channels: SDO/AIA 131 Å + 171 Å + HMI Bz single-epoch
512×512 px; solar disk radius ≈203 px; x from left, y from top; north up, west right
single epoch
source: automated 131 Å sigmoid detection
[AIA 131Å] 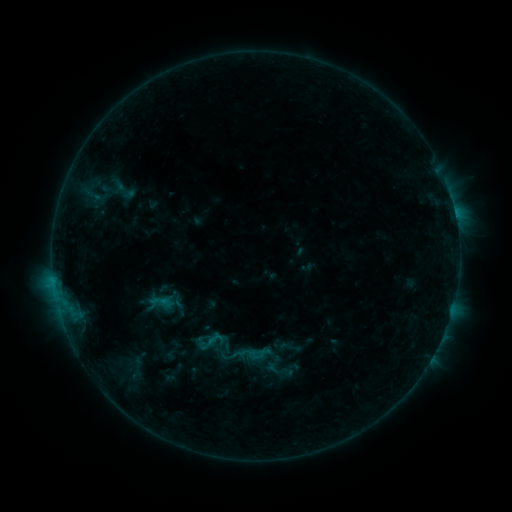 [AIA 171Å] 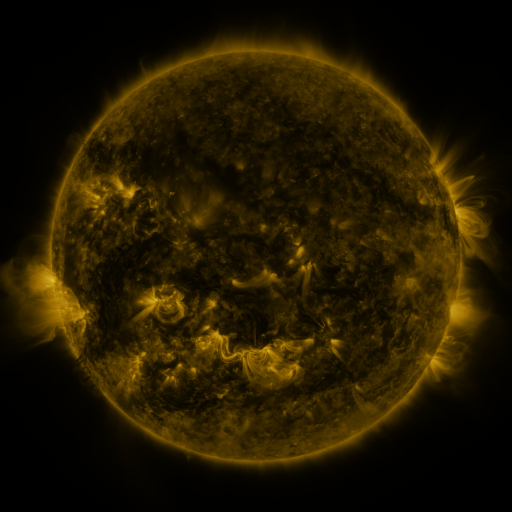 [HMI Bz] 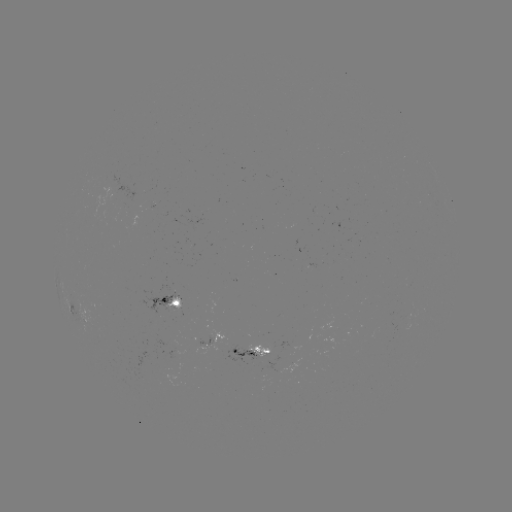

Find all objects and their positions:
sigmoid: (207, 341, 237, 368)
sigmoid: (247, 345, 266, 364)
